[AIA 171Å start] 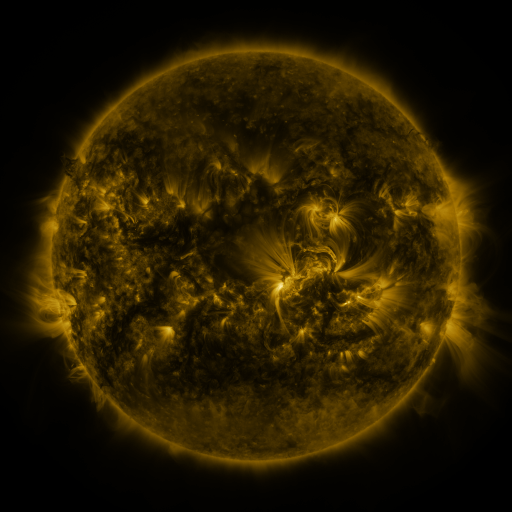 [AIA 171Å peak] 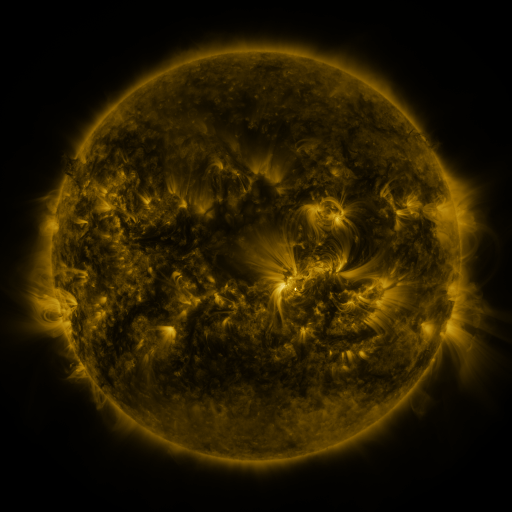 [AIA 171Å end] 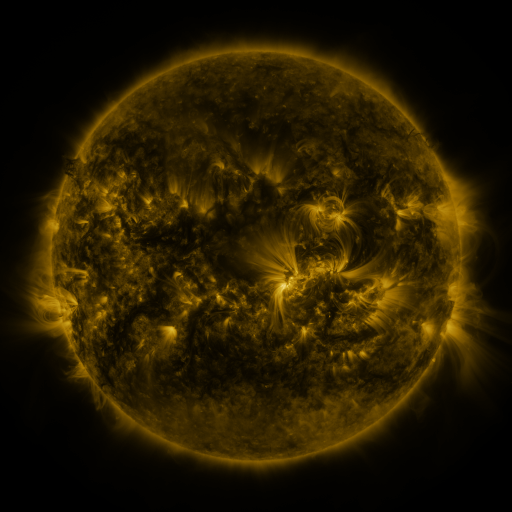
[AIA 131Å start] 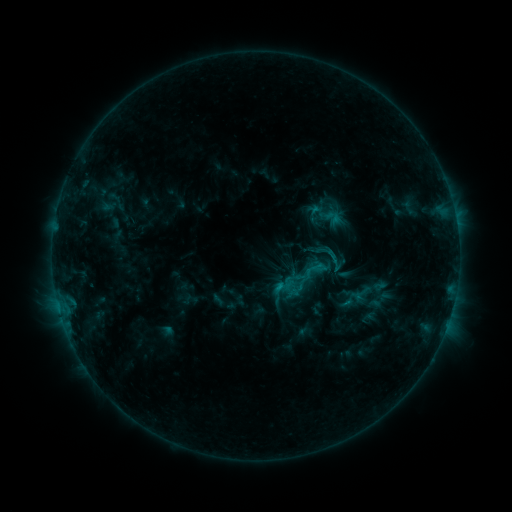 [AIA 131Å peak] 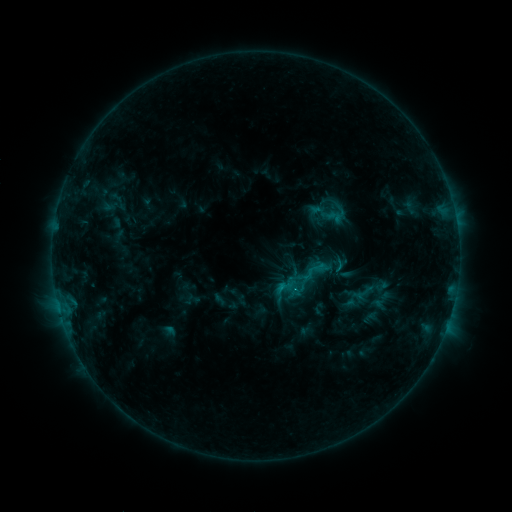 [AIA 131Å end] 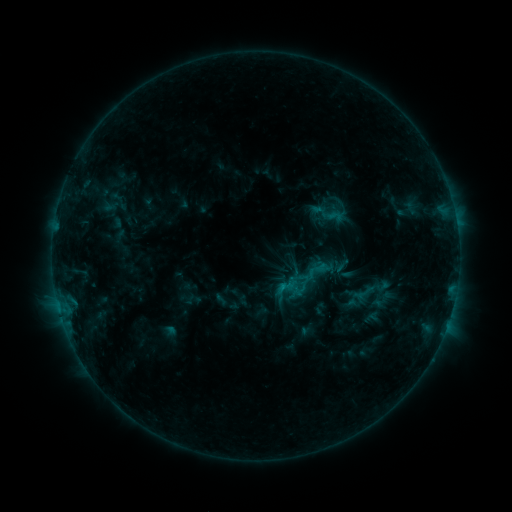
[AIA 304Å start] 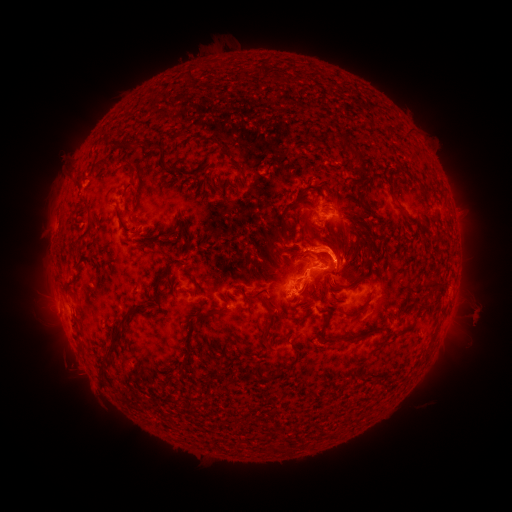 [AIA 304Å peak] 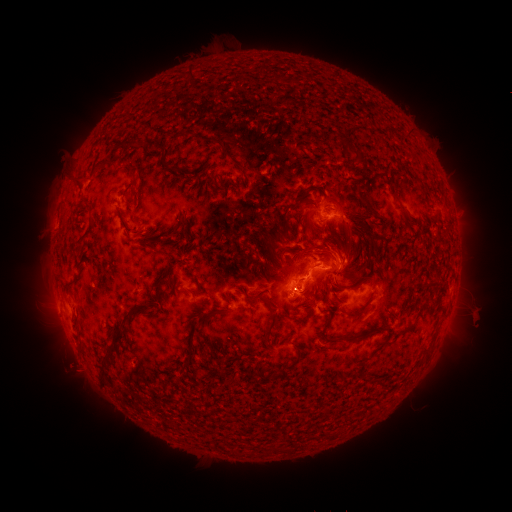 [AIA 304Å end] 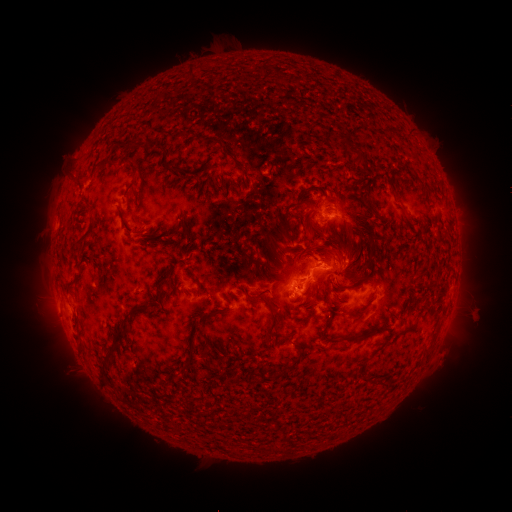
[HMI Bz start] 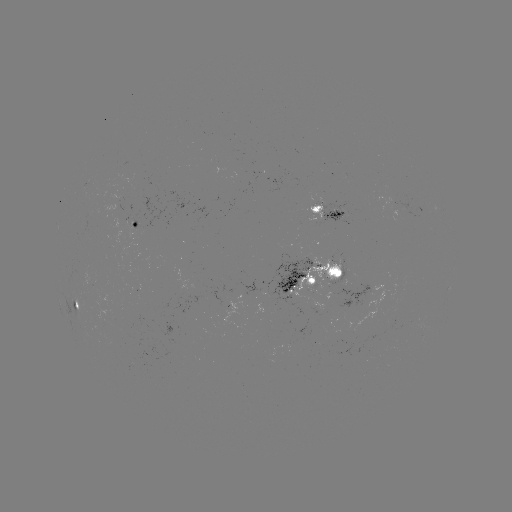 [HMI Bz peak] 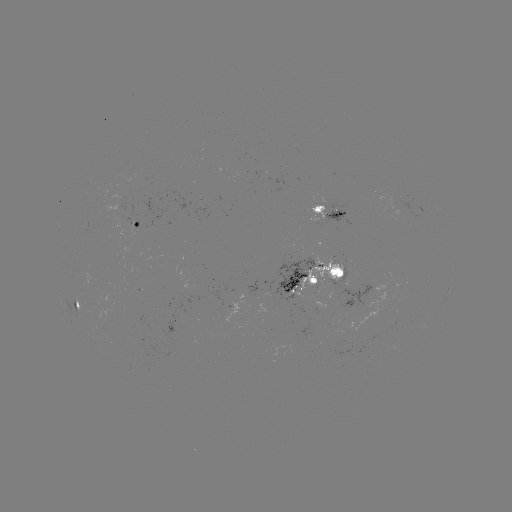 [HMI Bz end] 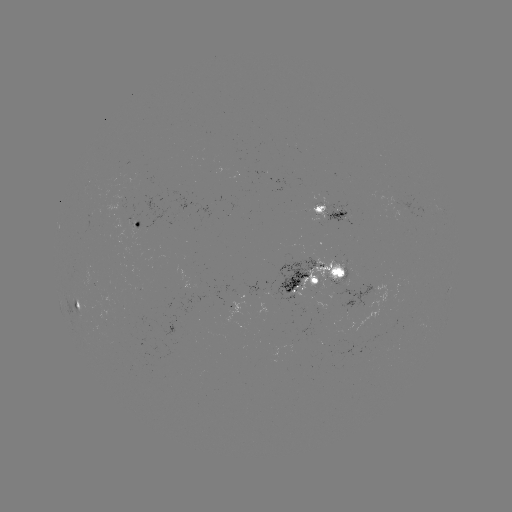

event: emerging-flux region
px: (348, 308)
